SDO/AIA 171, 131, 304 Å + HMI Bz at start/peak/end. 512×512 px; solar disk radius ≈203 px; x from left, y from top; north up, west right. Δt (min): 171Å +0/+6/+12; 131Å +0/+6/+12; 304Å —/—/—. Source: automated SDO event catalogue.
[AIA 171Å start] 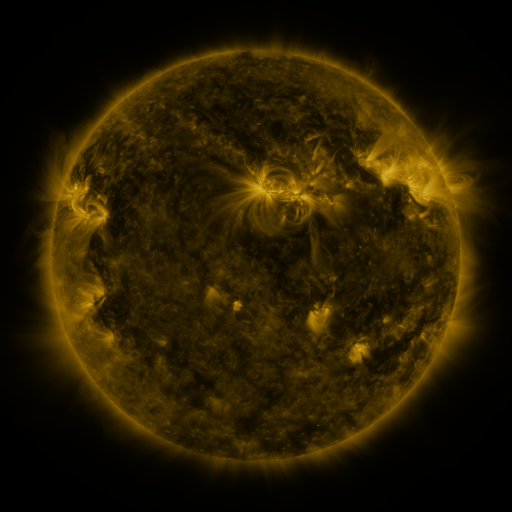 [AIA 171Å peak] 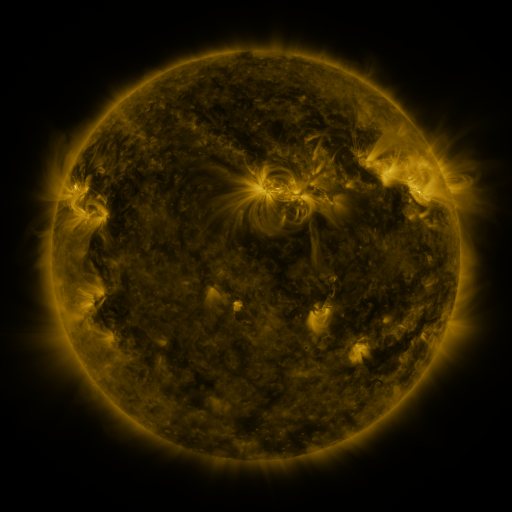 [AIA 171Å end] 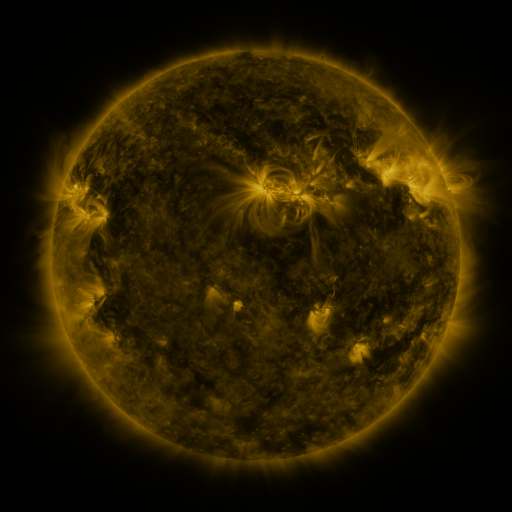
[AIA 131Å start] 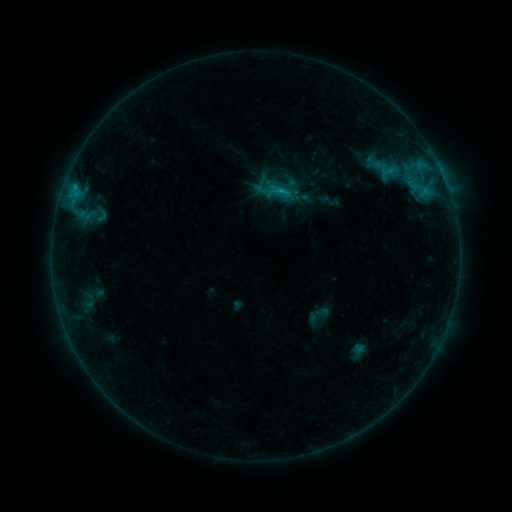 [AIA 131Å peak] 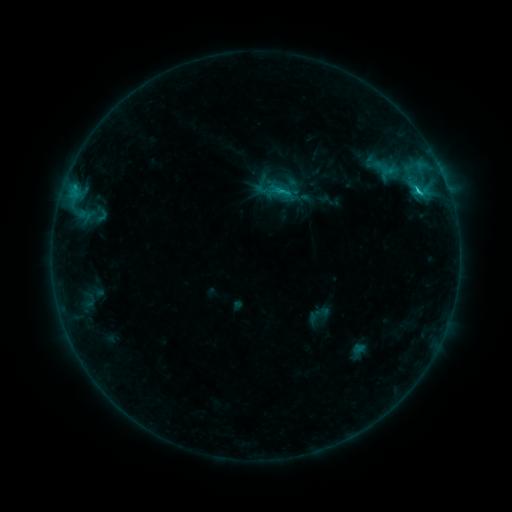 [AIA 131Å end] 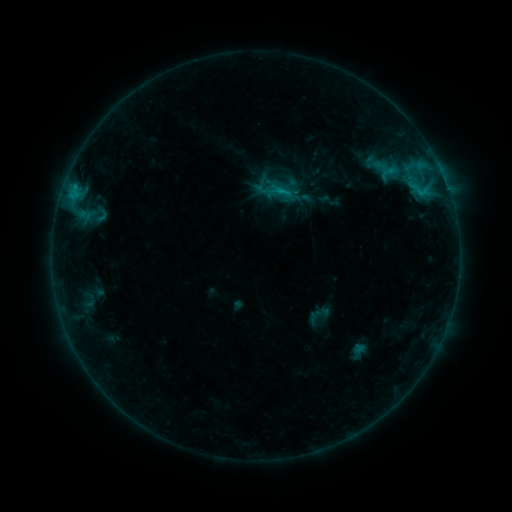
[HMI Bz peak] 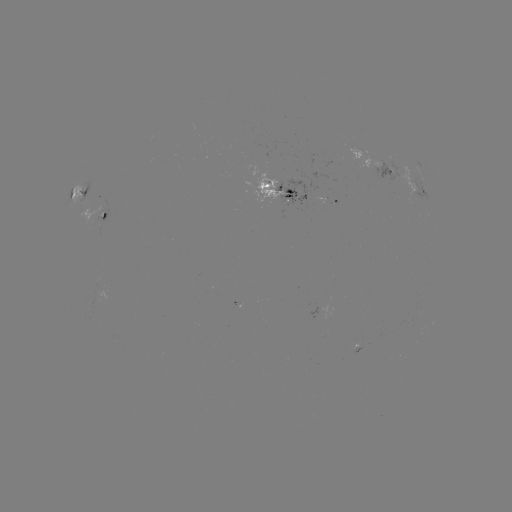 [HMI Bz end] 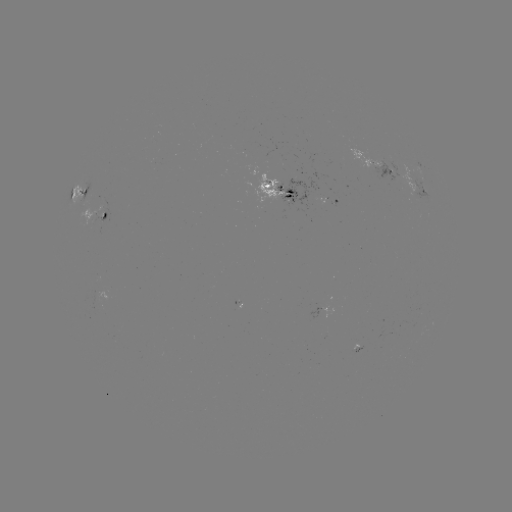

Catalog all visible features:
C1.6 flare: (419, 196)
